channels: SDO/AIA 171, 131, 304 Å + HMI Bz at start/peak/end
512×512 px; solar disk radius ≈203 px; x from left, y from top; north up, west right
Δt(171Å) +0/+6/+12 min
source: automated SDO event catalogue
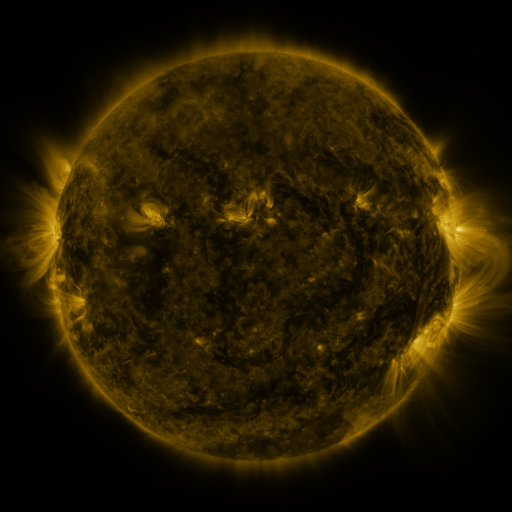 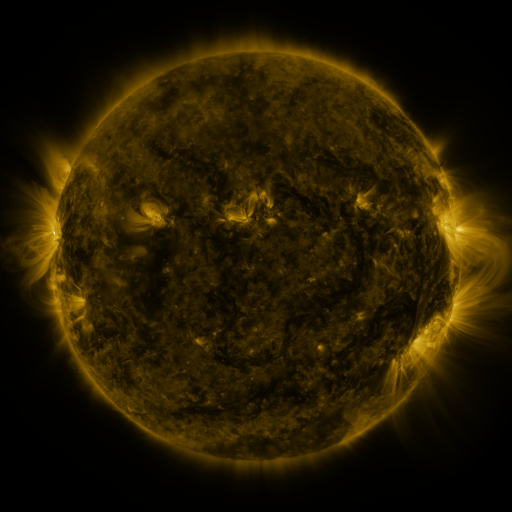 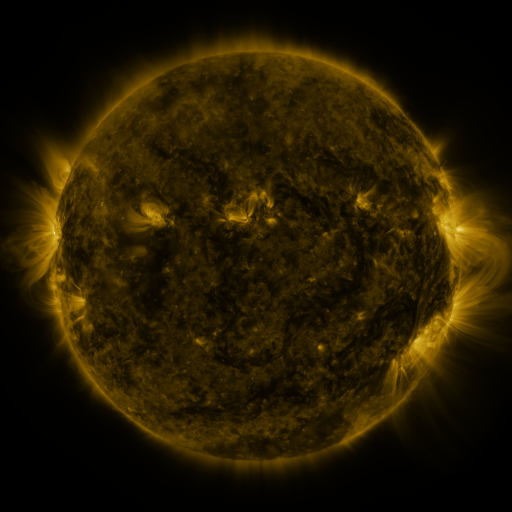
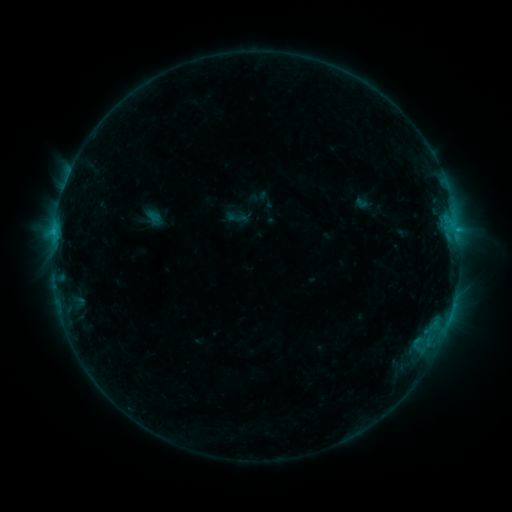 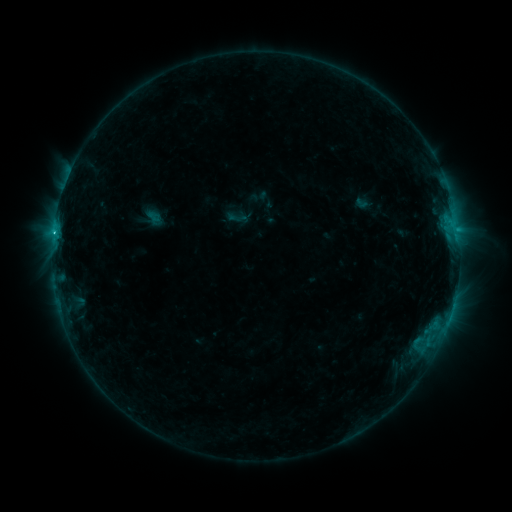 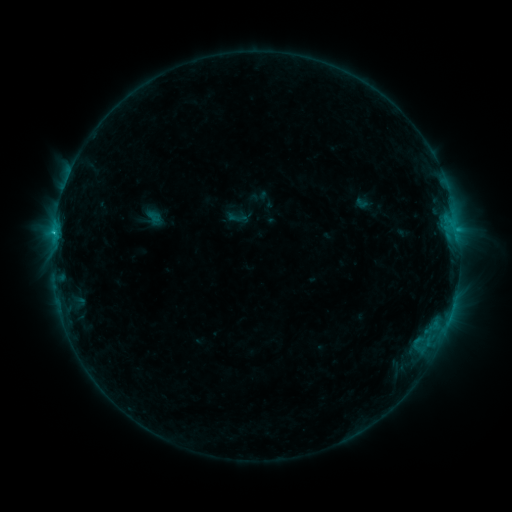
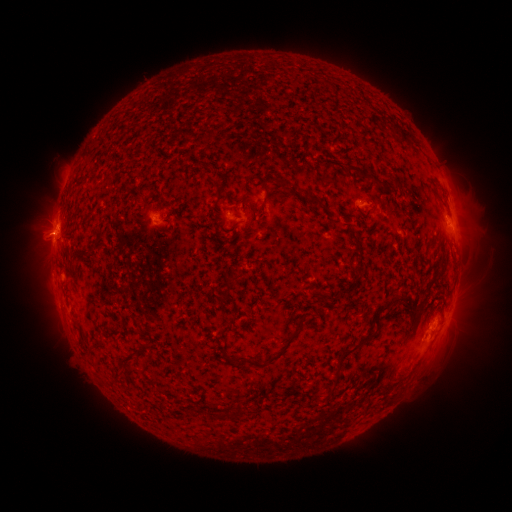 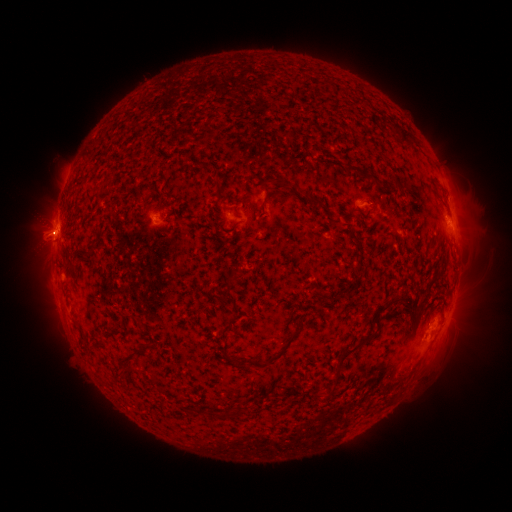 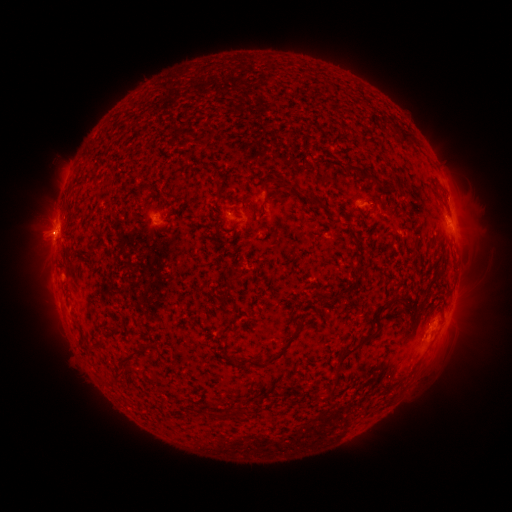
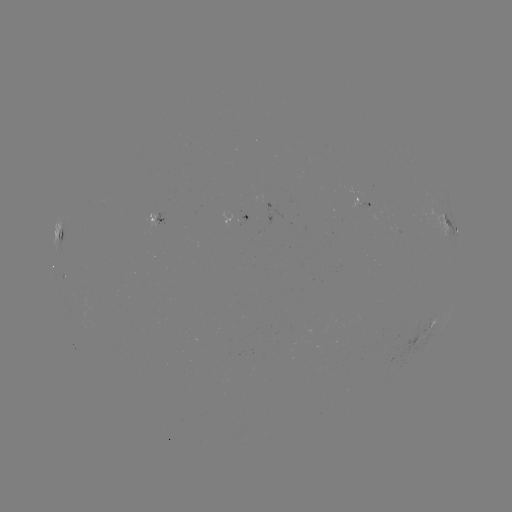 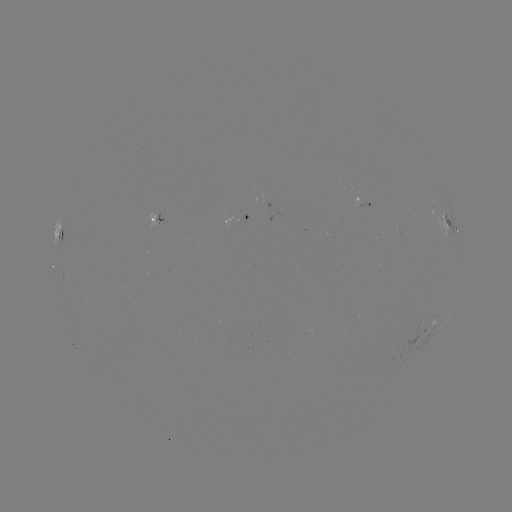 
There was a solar flare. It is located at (55, 236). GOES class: C1.1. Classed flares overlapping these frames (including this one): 1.